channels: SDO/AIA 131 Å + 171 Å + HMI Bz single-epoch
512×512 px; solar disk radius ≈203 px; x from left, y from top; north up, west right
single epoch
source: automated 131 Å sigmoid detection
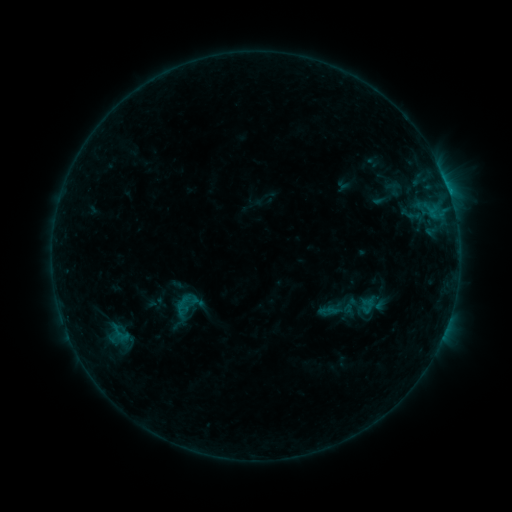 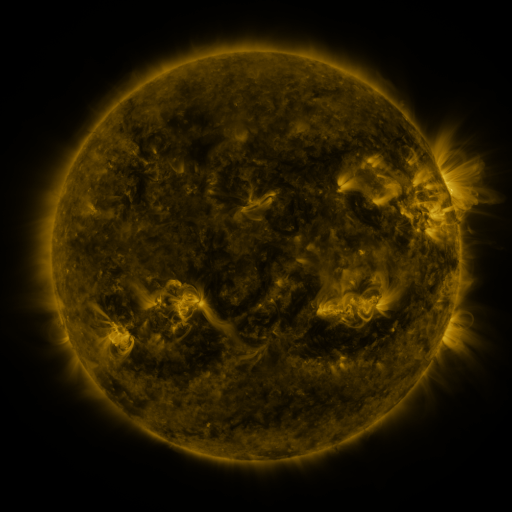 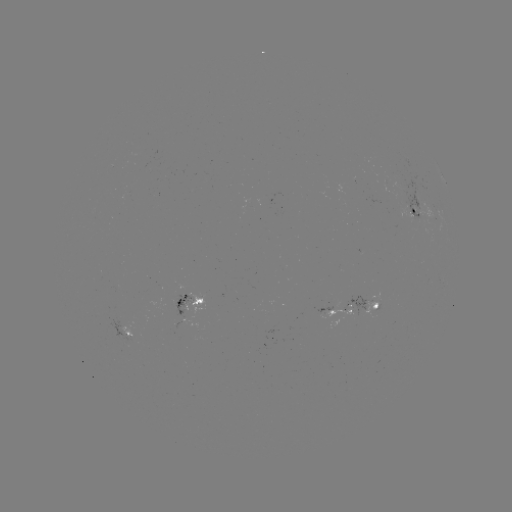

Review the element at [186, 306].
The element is sigmoid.